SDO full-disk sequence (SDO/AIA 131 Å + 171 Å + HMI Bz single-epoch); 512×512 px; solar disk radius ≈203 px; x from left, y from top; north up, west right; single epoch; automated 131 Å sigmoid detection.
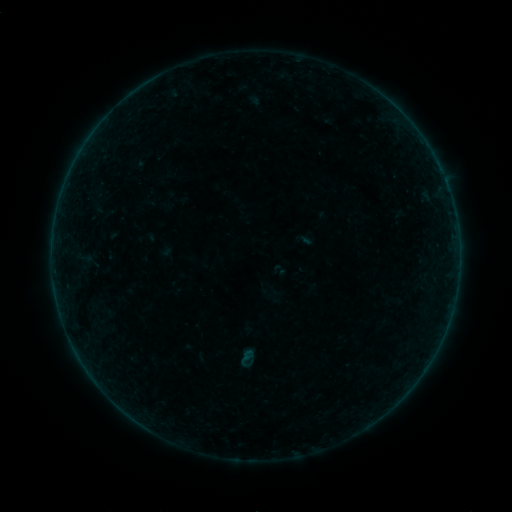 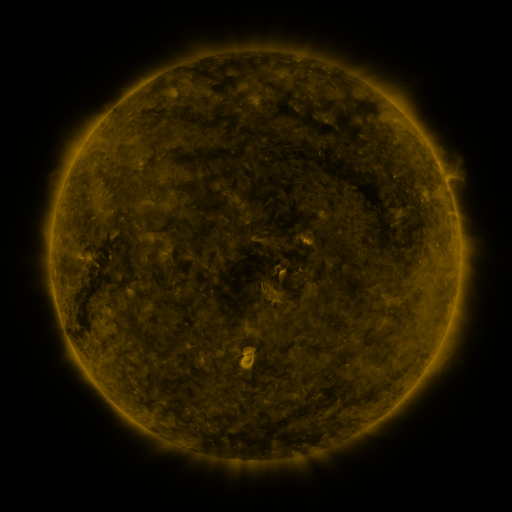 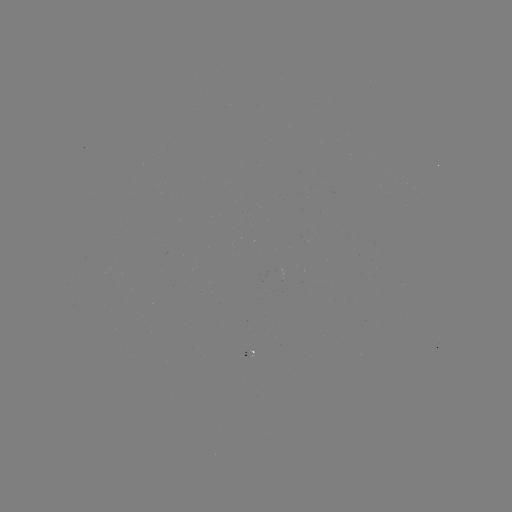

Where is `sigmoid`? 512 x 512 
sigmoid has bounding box [236, 349, 258, 370].